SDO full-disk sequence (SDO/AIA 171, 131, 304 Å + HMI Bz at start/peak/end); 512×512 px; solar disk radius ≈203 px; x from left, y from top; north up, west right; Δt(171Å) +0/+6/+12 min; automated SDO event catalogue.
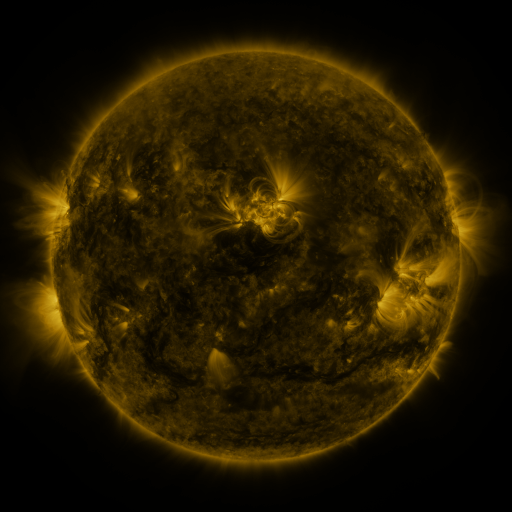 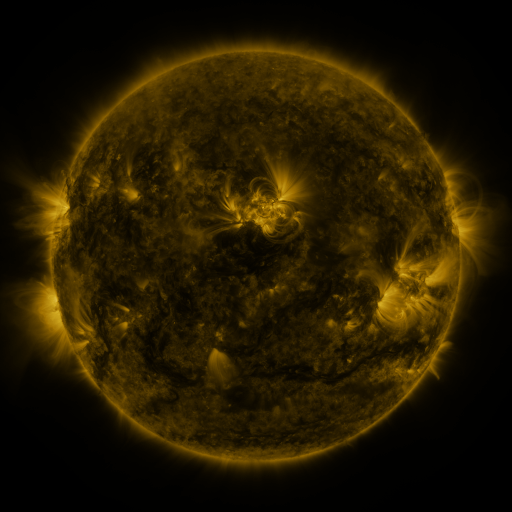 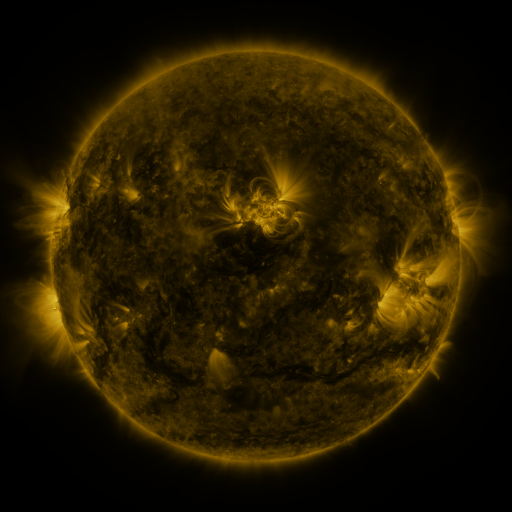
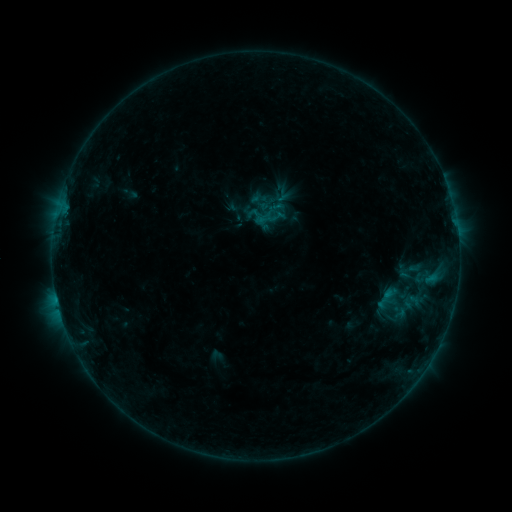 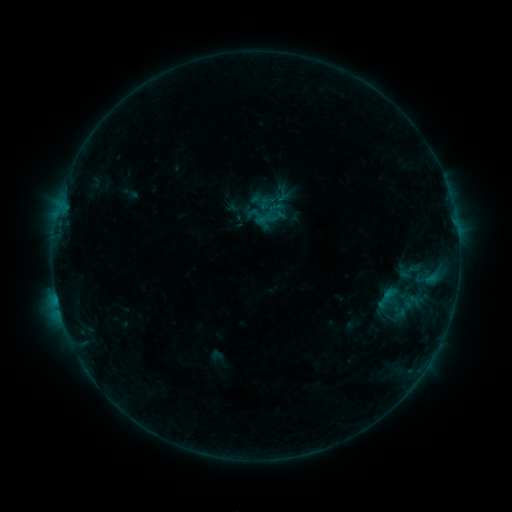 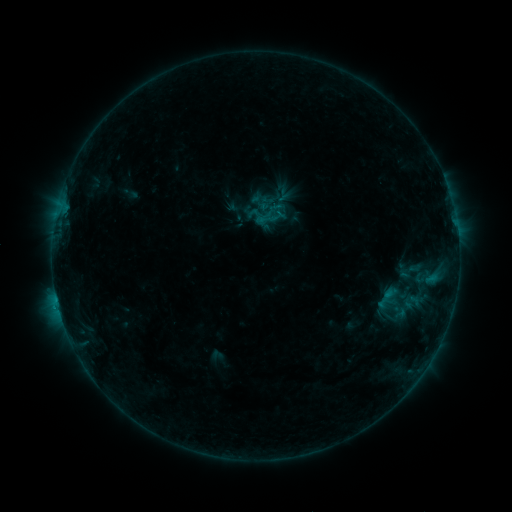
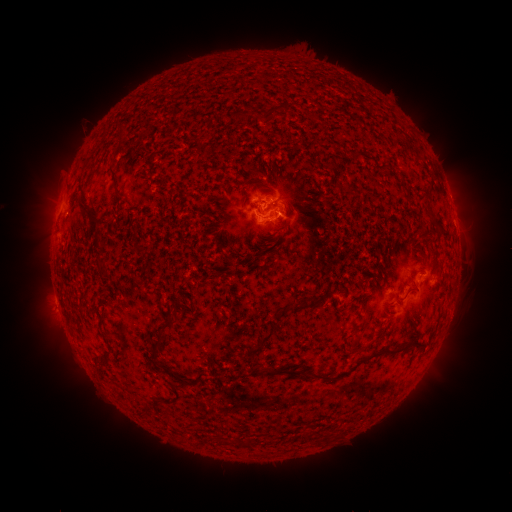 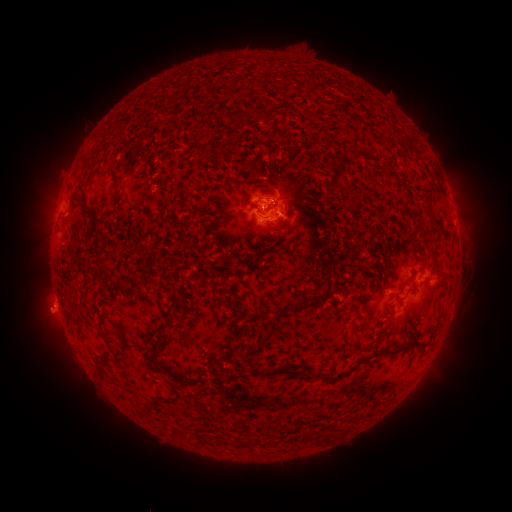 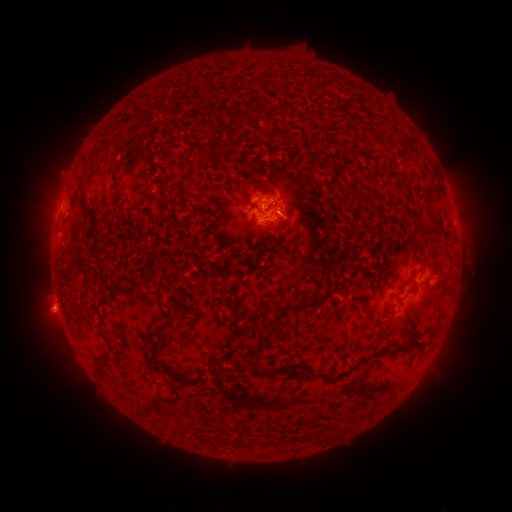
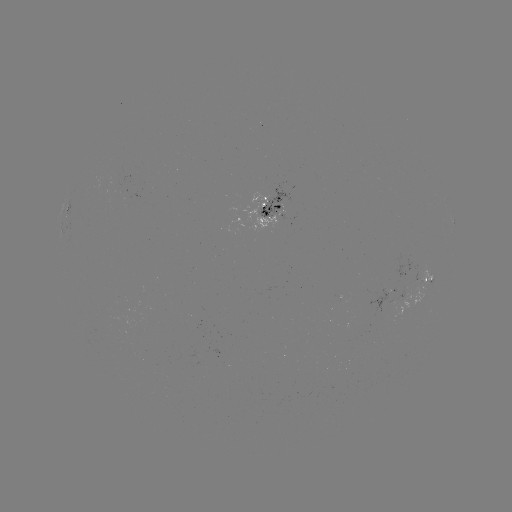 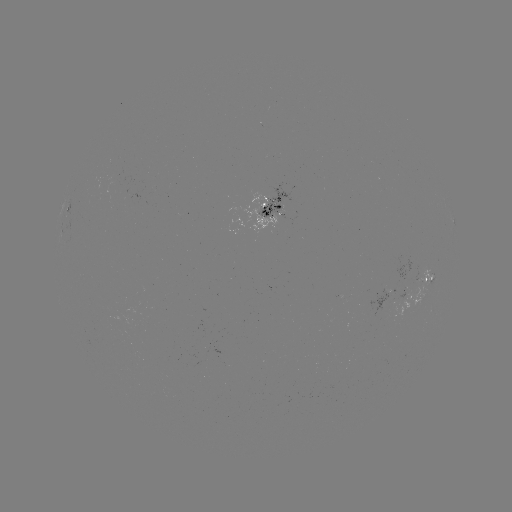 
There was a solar eruption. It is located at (51, 314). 